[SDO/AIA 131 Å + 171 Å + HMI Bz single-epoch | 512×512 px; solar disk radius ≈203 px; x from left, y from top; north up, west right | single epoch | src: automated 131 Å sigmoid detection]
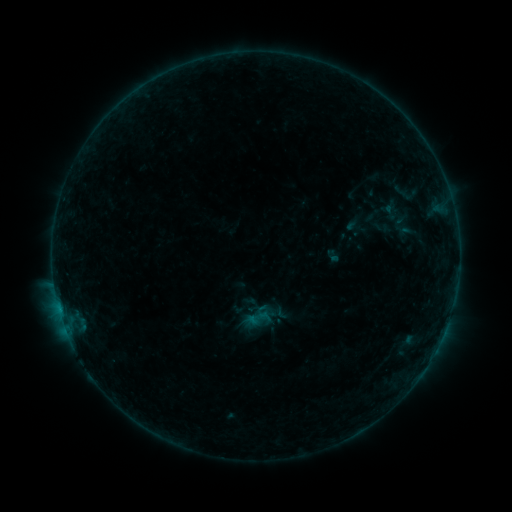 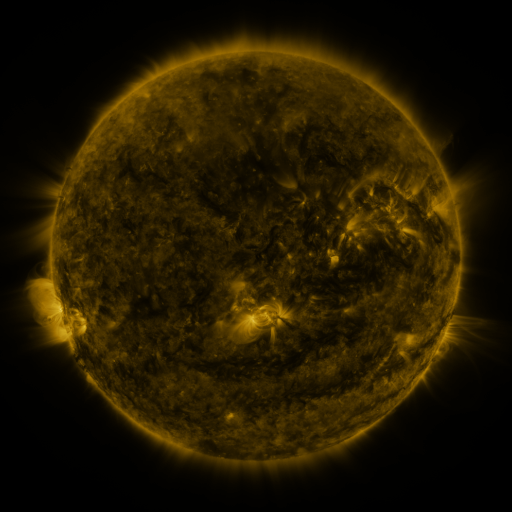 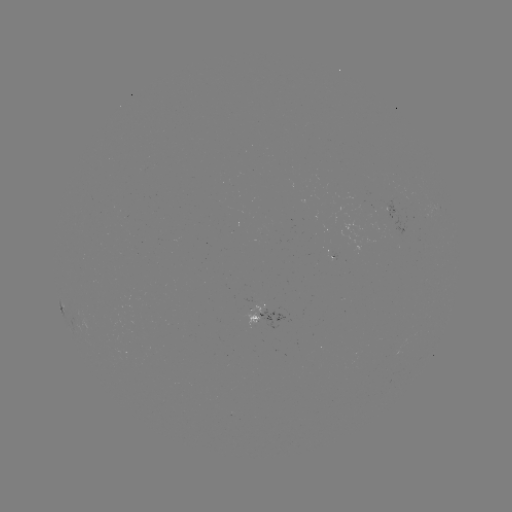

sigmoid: (246, 305, 272, 331)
